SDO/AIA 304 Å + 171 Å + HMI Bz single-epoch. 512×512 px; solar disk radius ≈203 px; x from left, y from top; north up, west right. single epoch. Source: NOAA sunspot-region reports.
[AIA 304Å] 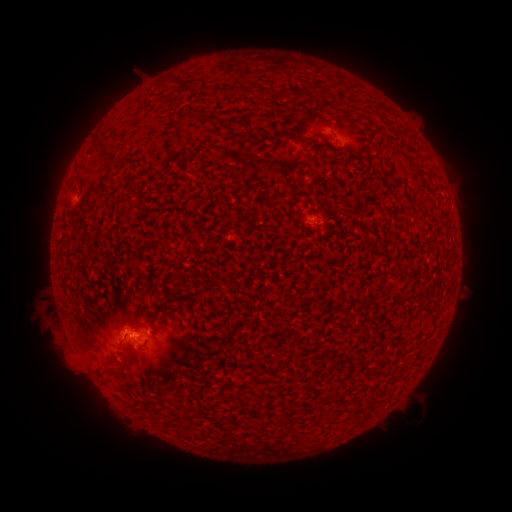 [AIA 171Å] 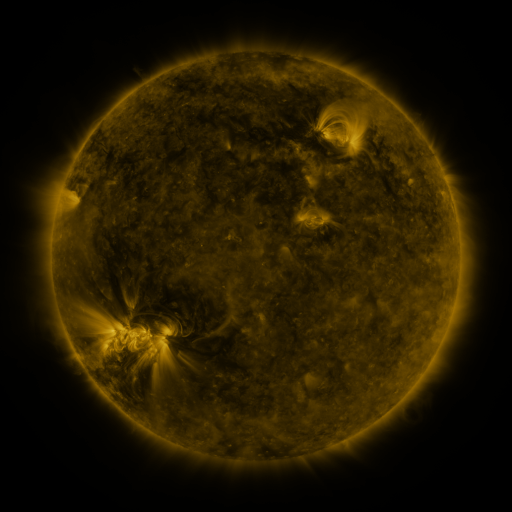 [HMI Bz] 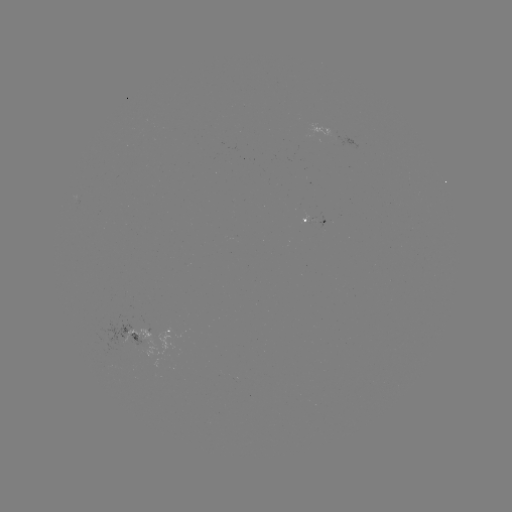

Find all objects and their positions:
spotted active region: (317, 218)
spotted active region: (141, 328)
